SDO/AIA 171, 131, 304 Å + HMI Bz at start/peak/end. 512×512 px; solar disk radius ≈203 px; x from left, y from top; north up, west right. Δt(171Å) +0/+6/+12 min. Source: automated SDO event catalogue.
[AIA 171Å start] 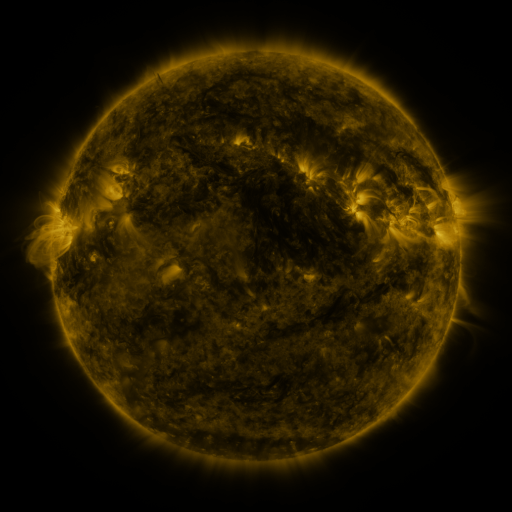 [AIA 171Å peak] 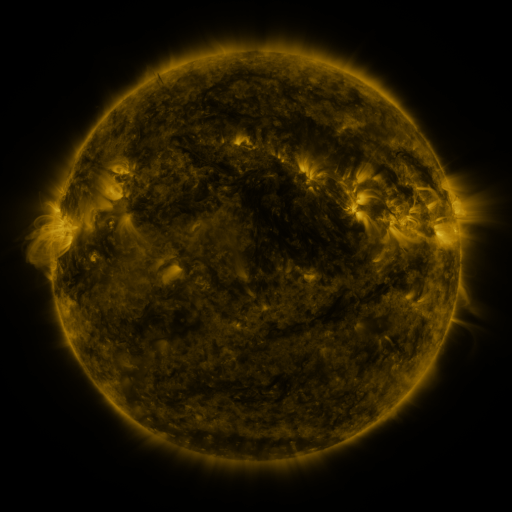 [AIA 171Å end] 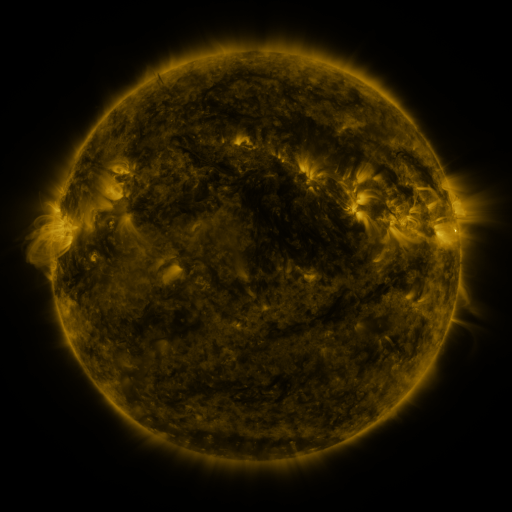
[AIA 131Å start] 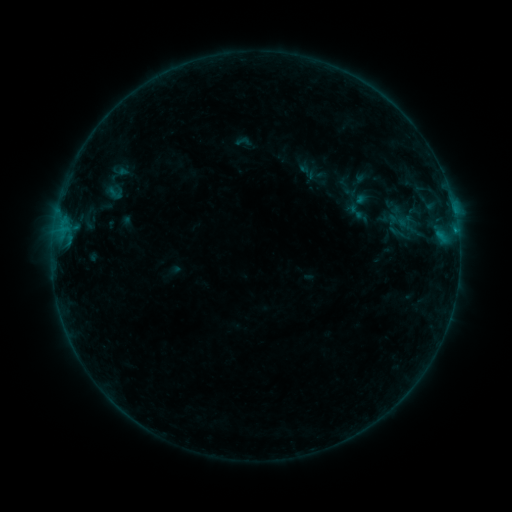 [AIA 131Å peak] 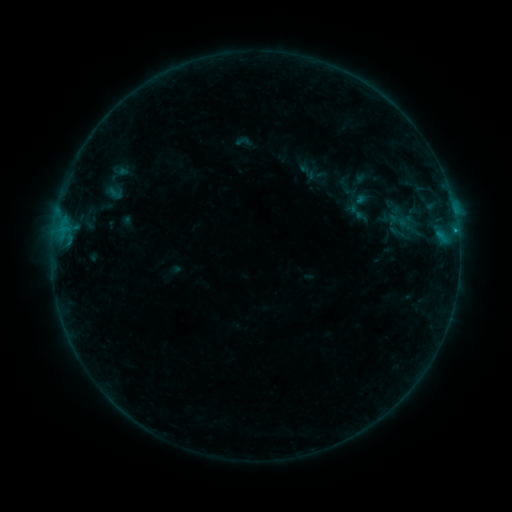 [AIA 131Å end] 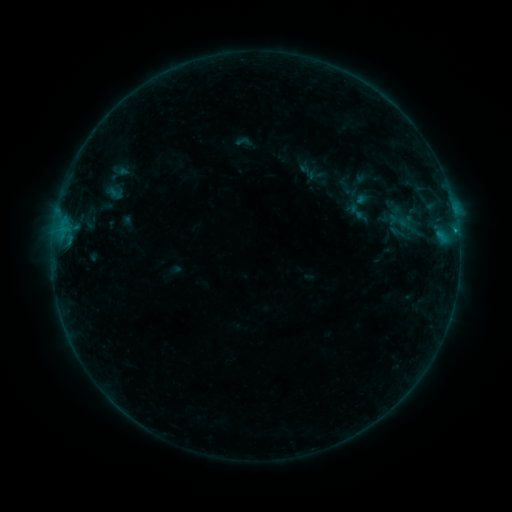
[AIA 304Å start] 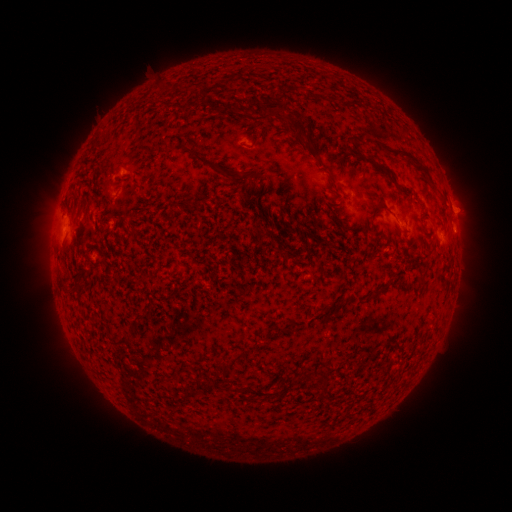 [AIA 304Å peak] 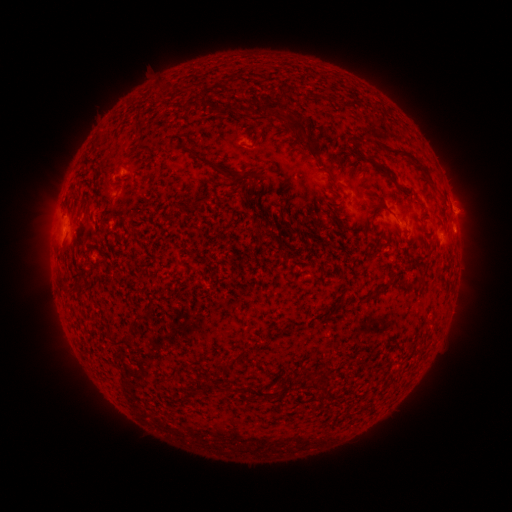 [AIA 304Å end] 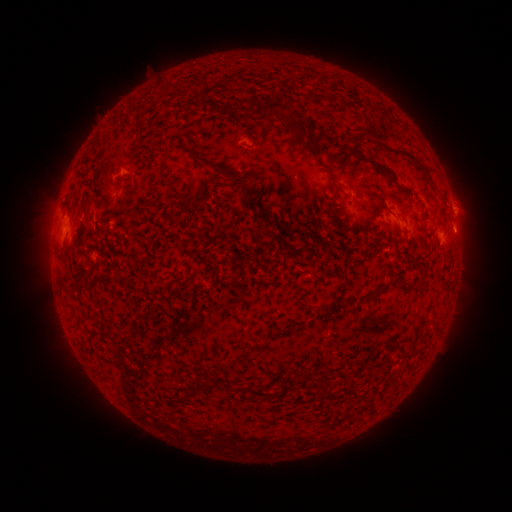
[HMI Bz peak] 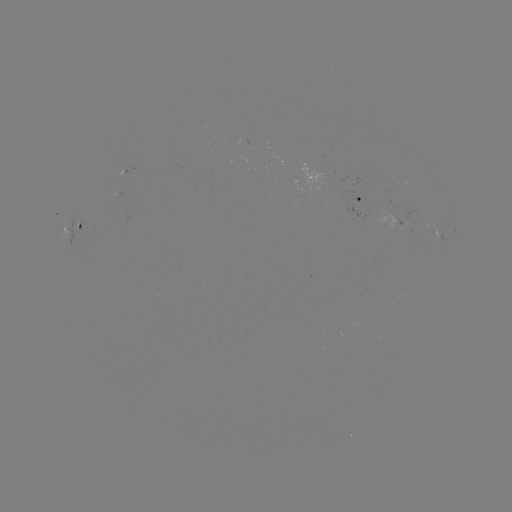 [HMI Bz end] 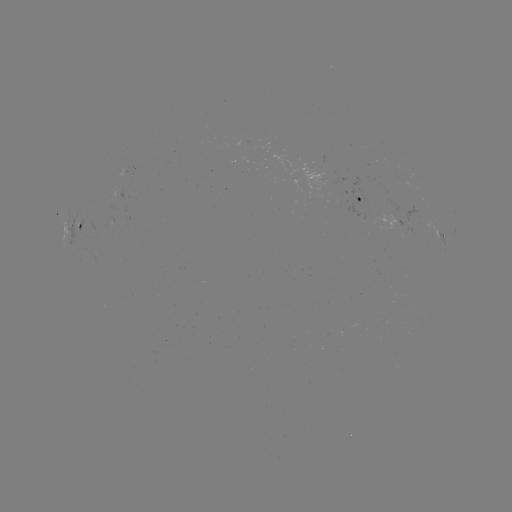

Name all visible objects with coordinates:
B3.4 flare: (454, 233)
